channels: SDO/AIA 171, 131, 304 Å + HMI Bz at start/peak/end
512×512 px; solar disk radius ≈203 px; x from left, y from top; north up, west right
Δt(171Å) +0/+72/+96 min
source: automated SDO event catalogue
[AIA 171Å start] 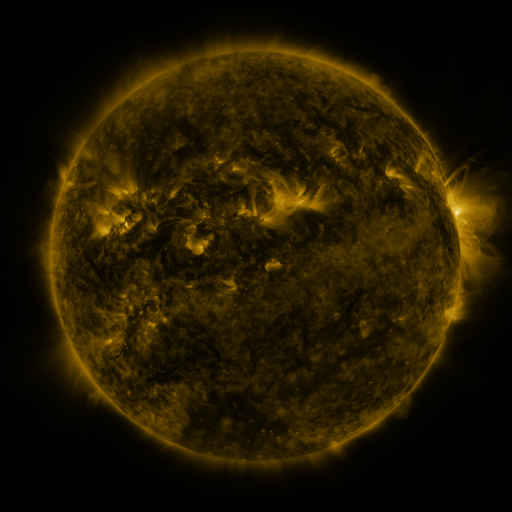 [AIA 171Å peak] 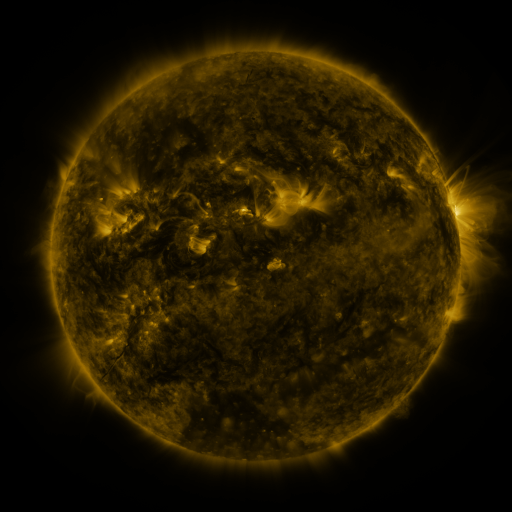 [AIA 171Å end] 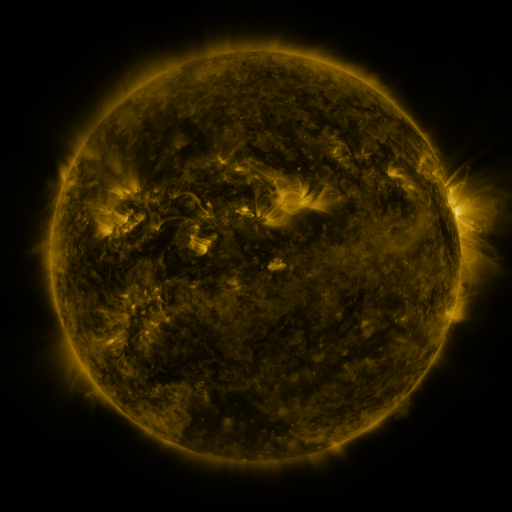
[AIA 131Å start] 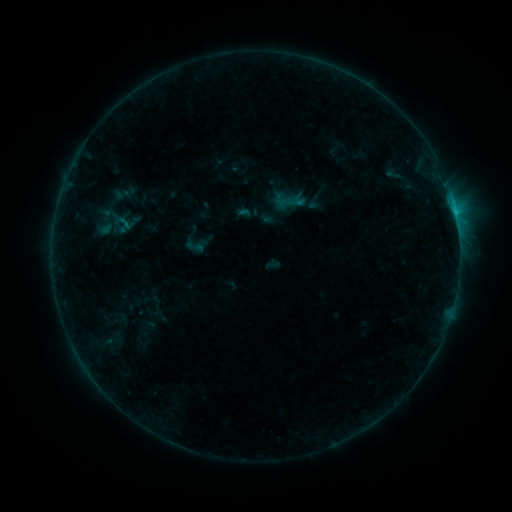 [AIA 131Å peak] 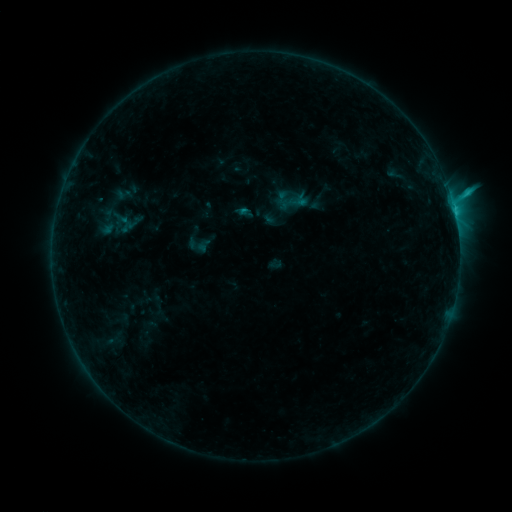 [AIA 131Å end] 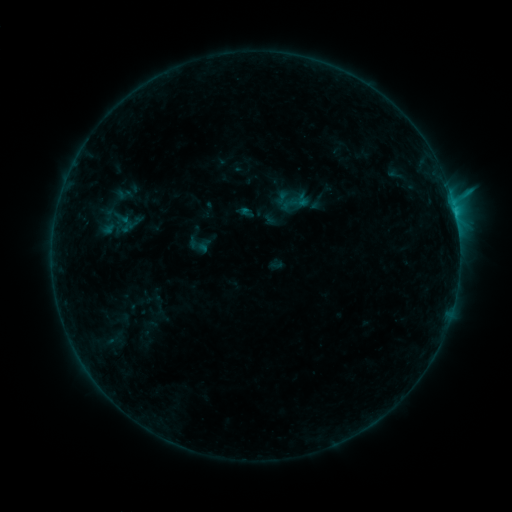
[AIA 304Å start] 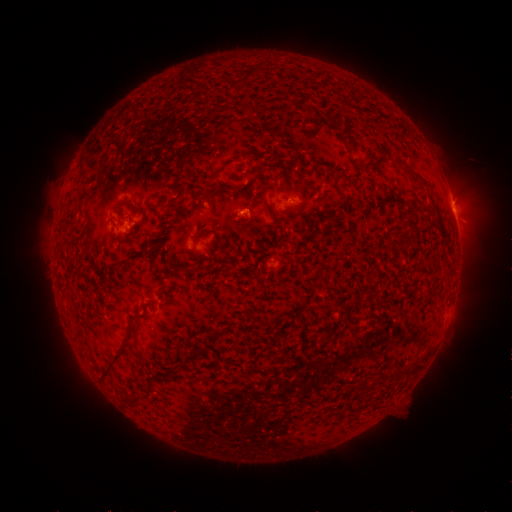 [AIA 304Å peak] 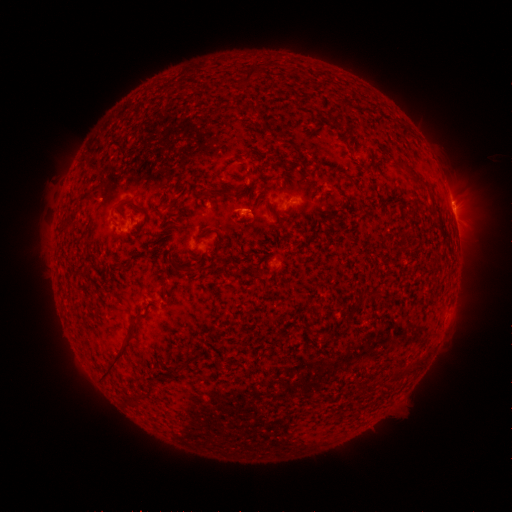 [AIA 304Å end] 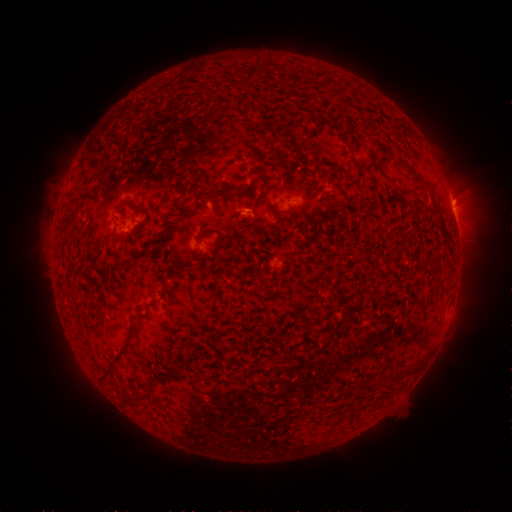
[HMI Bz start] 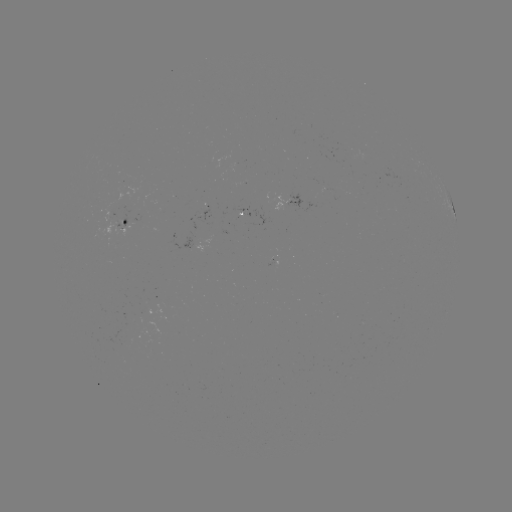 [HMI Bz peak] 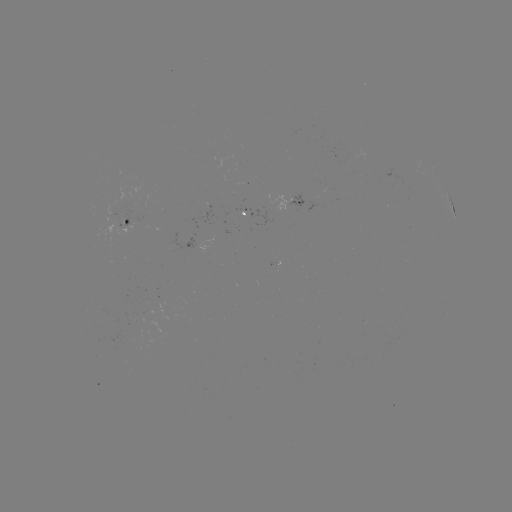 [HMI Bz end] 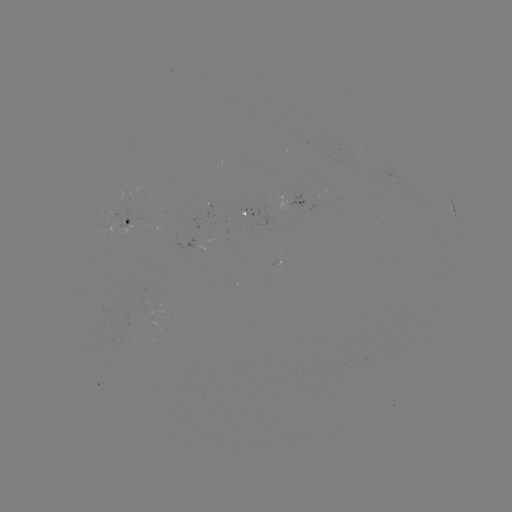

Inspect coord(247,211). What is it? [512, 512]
emerging-flux region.